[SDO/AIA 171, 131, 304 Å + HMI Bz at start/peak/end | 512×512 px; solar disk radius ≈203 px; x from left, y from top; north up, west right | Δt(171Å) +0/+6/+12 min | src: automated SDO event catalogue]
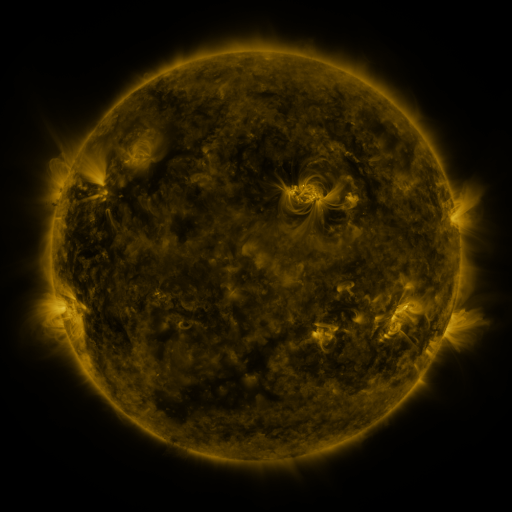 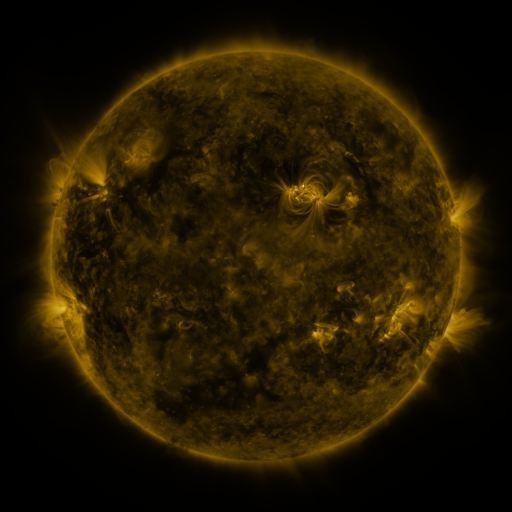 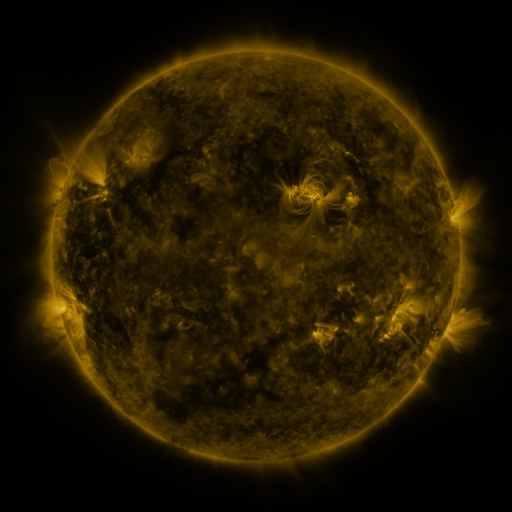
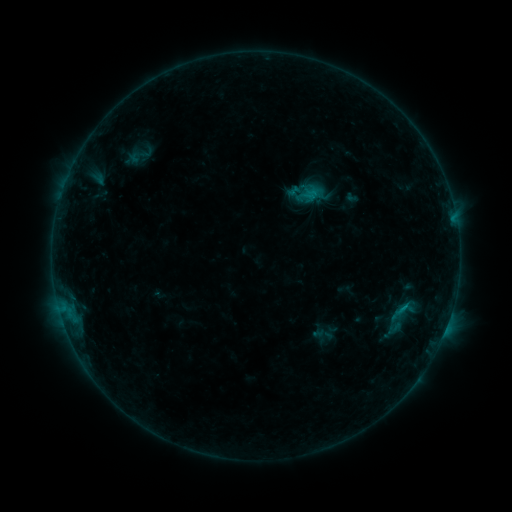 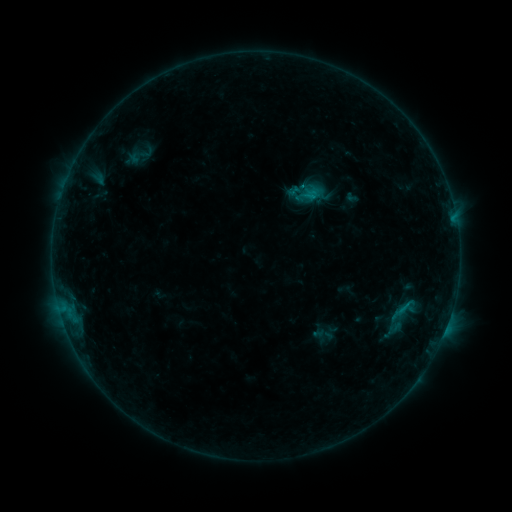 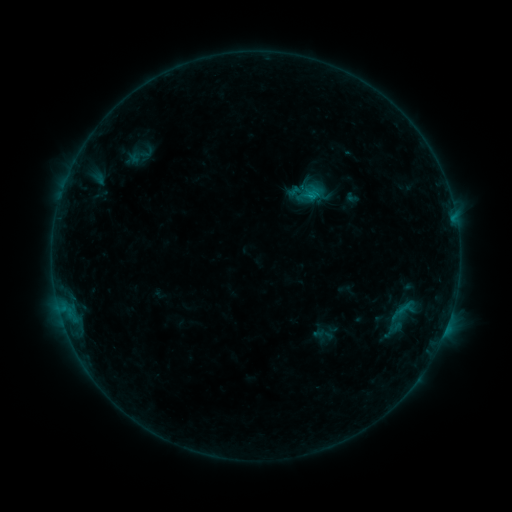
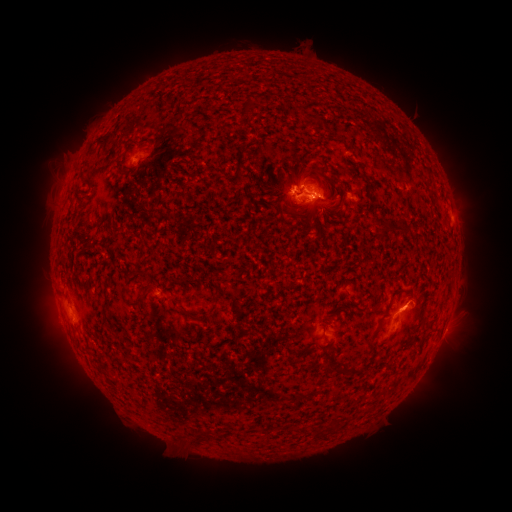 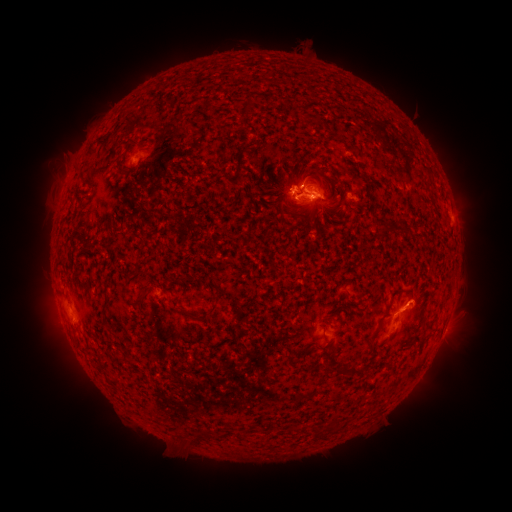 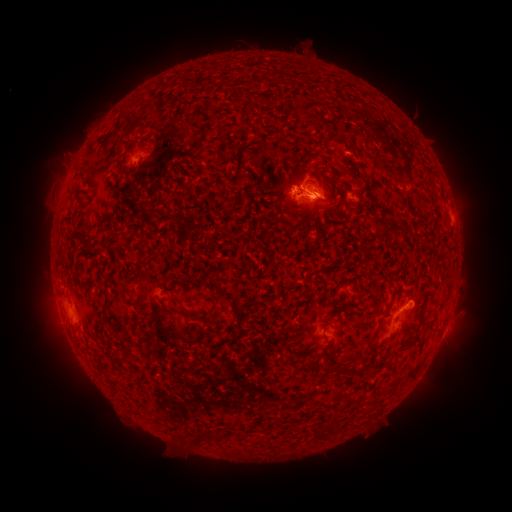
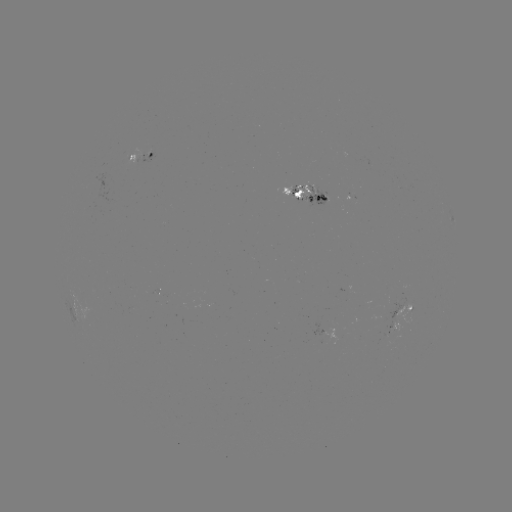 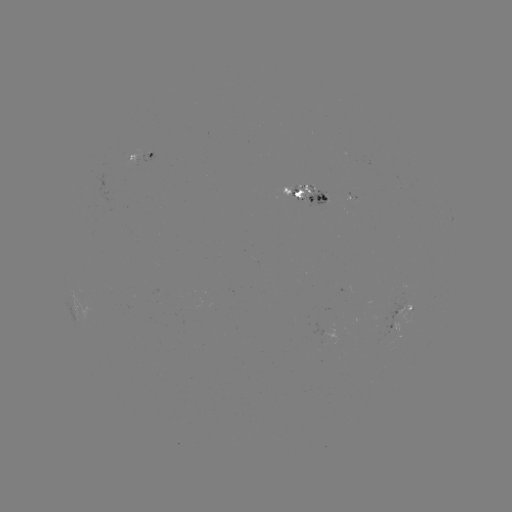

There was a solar flare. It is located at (311, 200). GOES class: C1.0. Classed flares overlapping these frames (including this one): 1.